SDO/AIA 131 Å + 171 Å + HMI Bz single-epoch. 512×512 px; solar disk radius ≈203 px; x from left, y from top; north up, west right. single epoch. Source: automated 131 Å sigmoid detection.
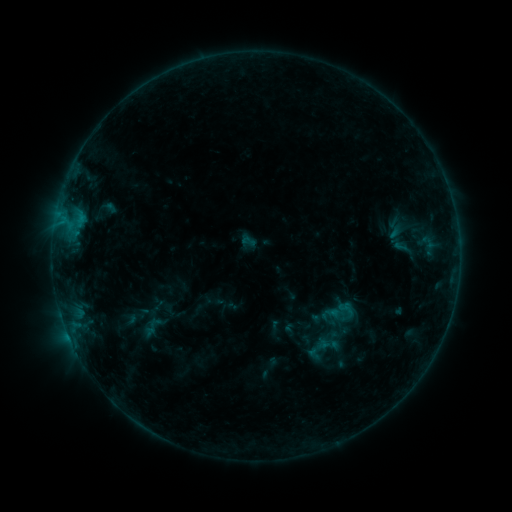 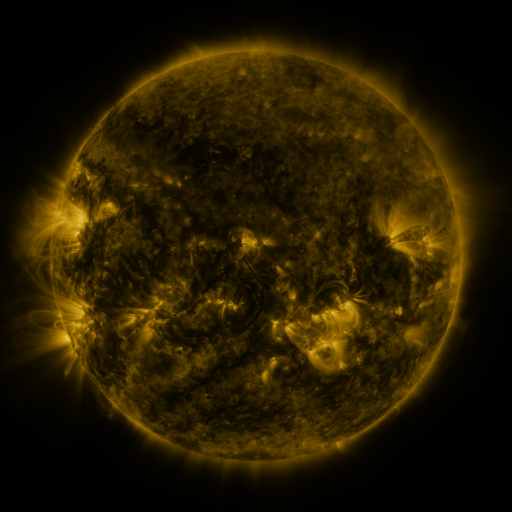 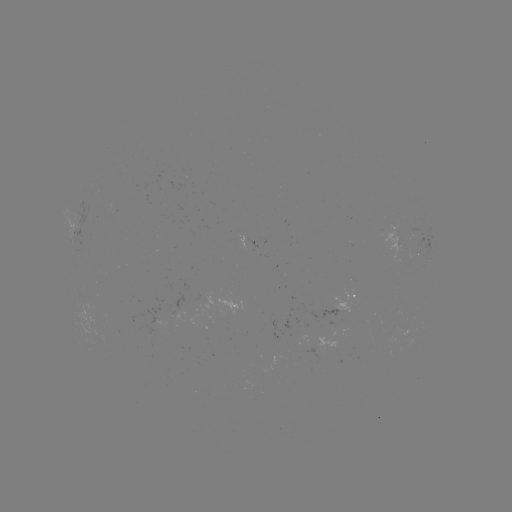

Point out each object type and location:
sigmoid: (382, 220, 407, 240)
